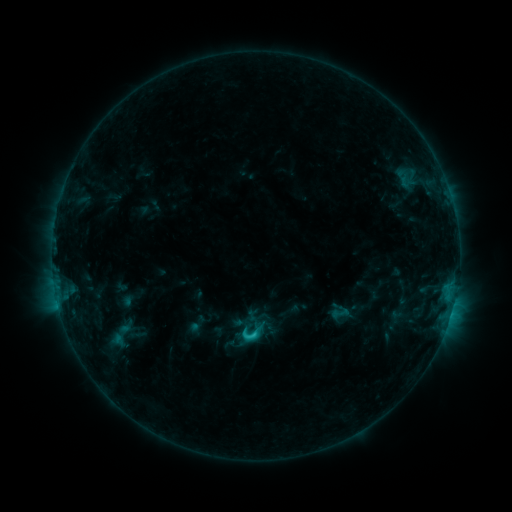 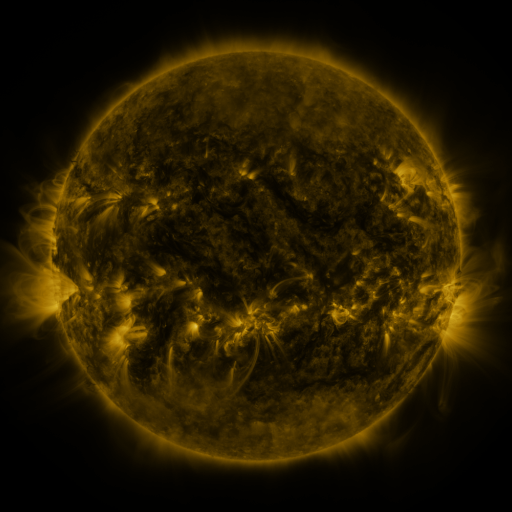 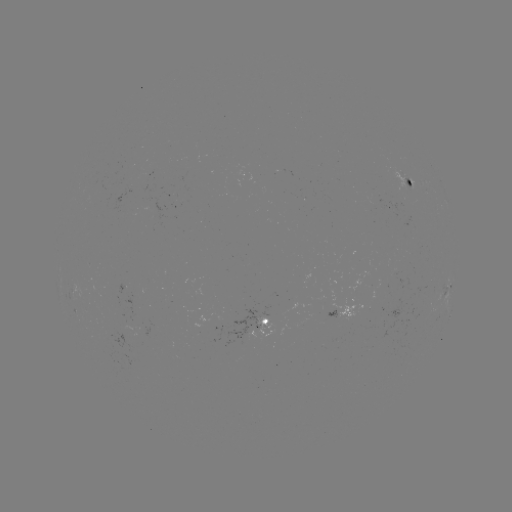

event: sigmoid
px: (252, 332)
